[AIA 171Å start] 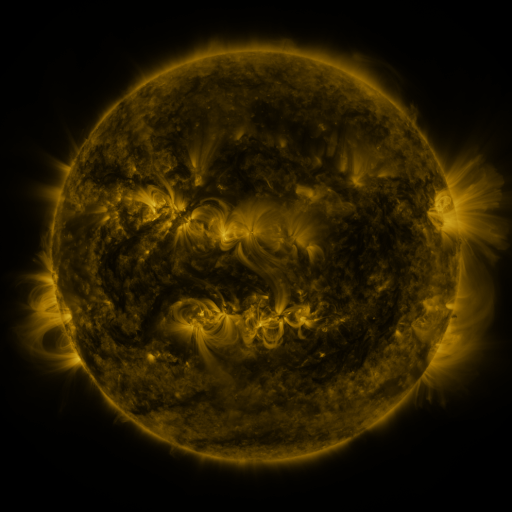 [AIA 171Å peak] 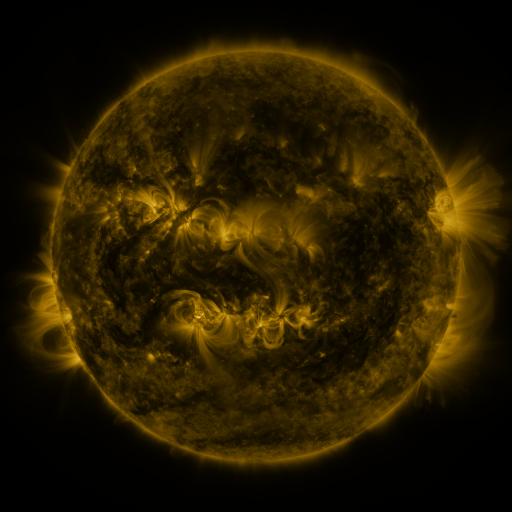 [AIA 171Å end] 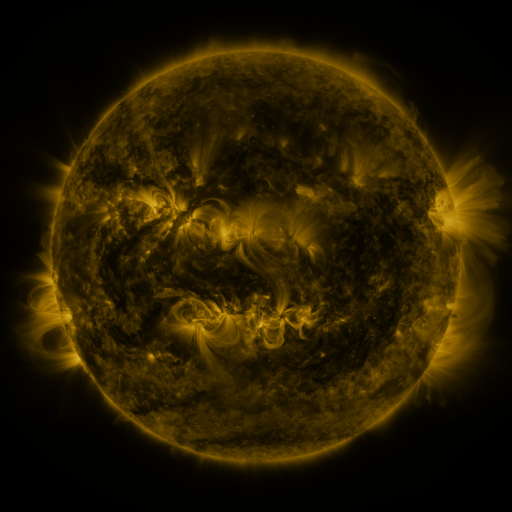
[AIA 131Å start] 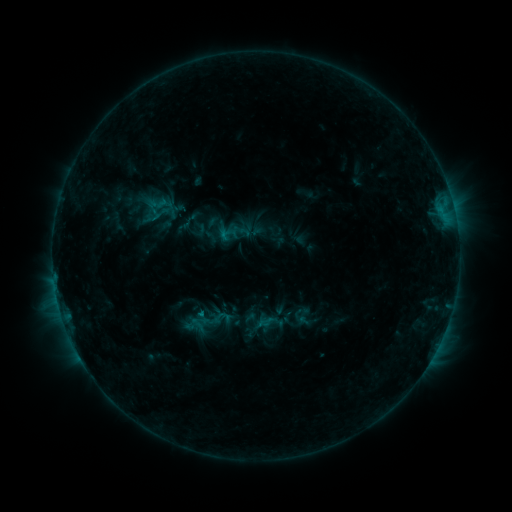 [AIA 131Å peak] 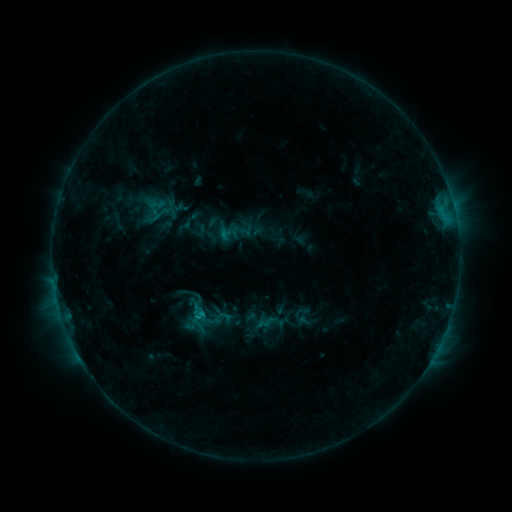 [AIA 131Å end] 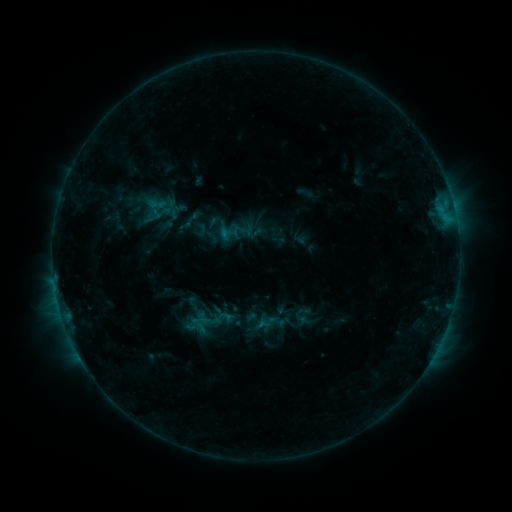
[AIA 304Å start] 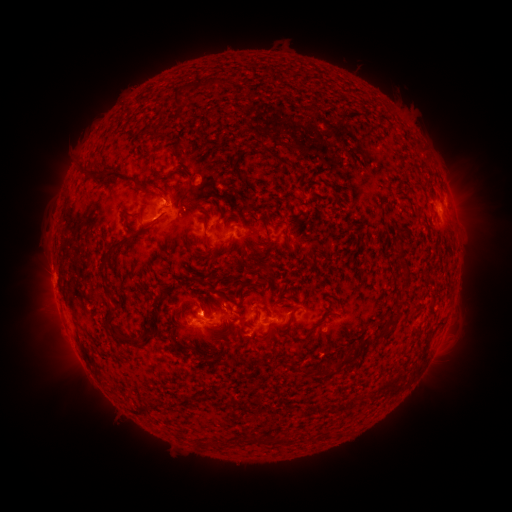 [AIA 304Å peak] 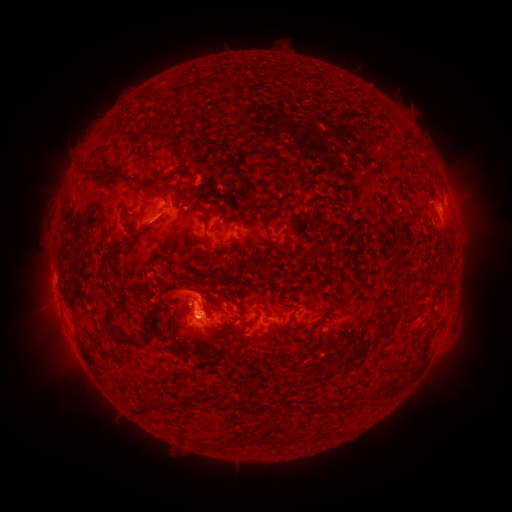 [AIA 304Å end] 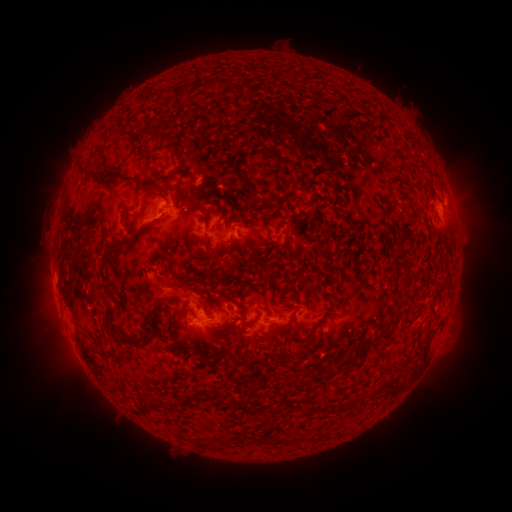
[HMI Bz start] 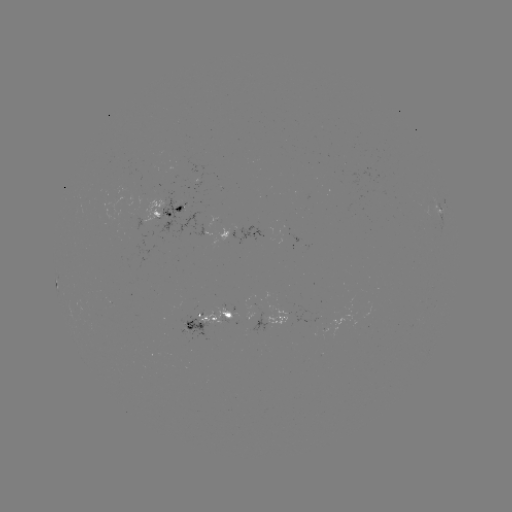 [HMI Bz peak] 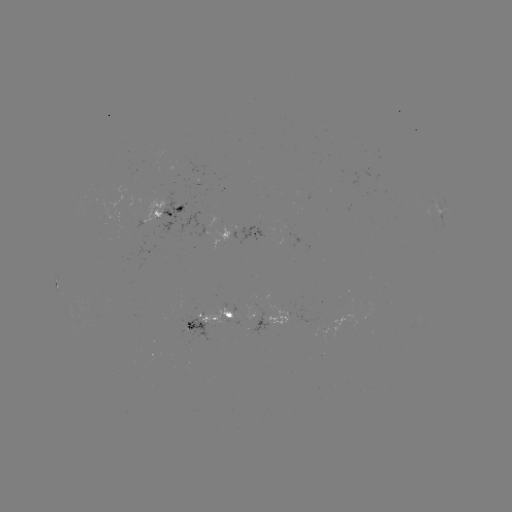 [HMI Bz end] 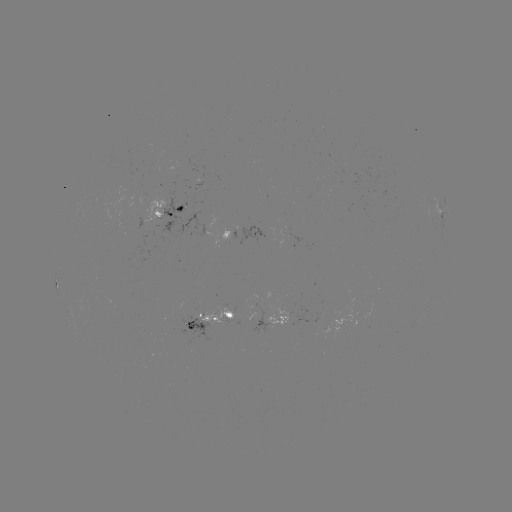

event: eruption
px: (172, 296)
